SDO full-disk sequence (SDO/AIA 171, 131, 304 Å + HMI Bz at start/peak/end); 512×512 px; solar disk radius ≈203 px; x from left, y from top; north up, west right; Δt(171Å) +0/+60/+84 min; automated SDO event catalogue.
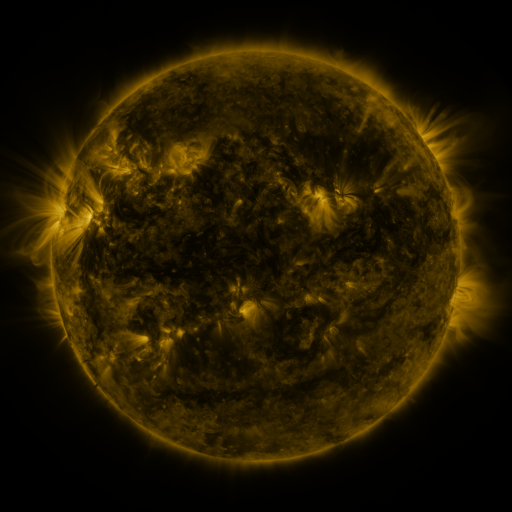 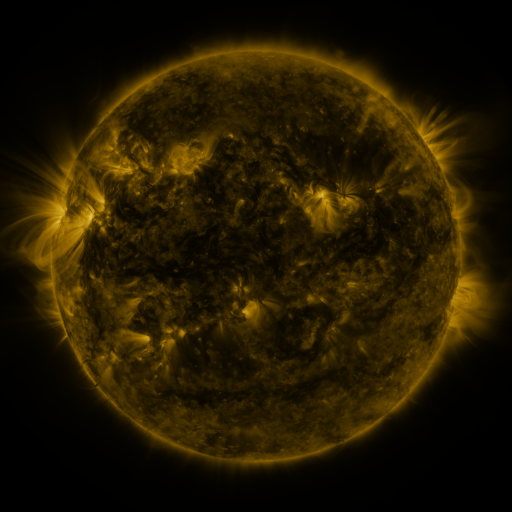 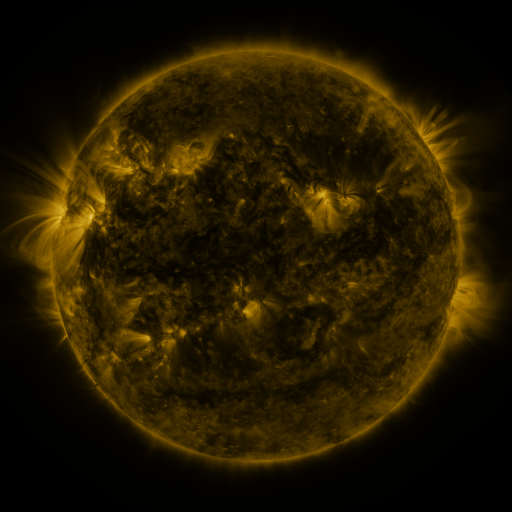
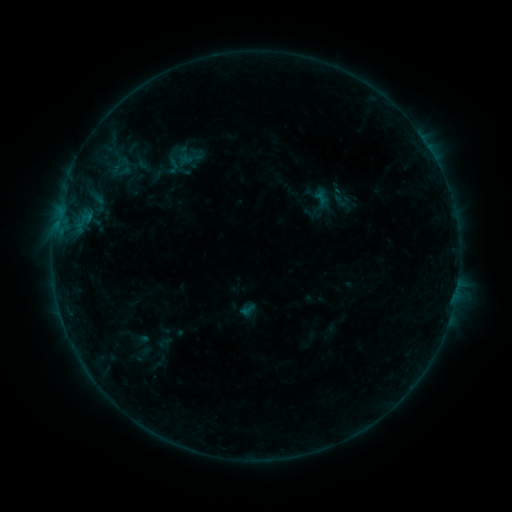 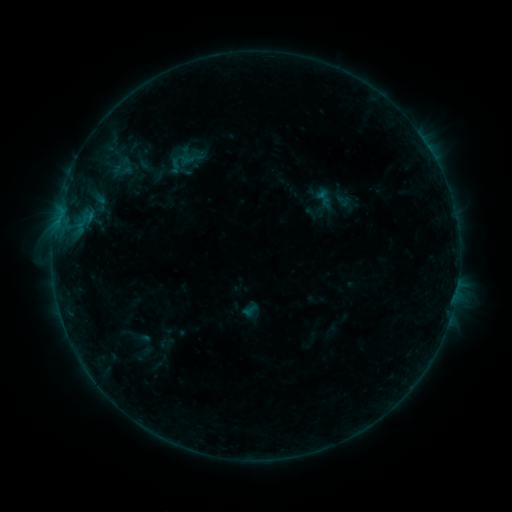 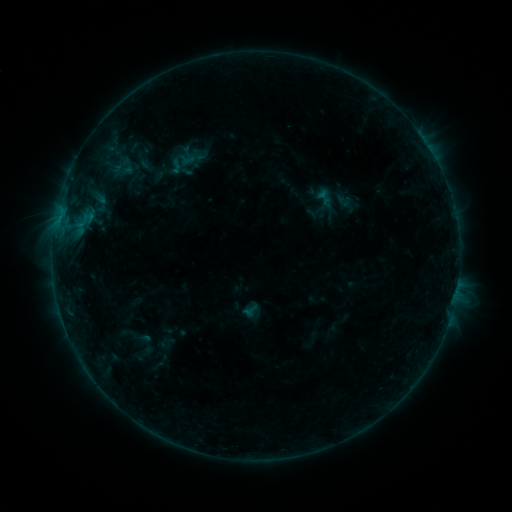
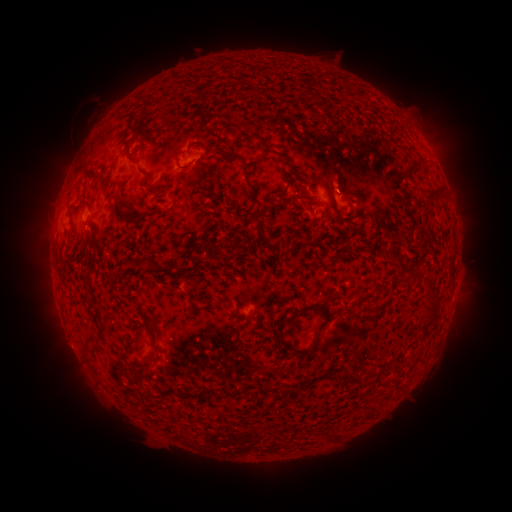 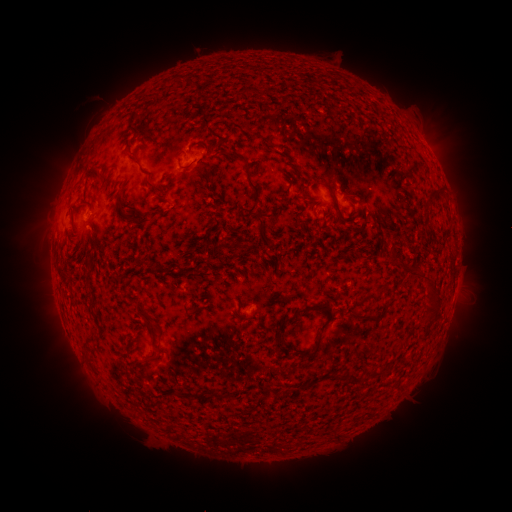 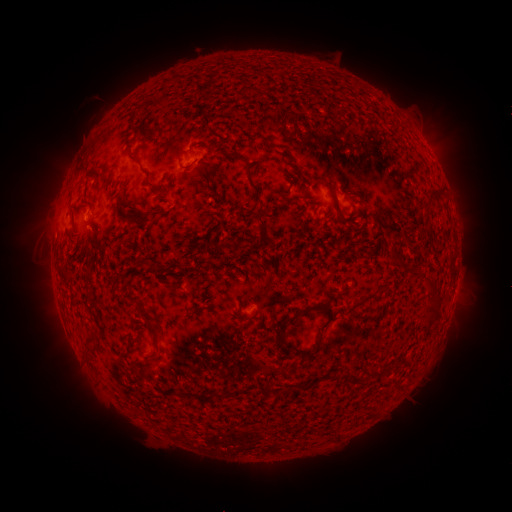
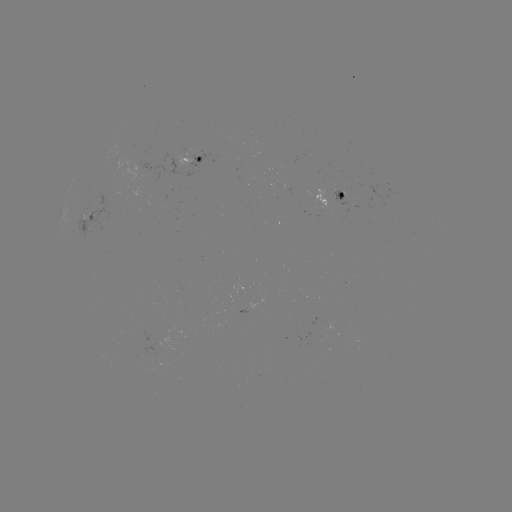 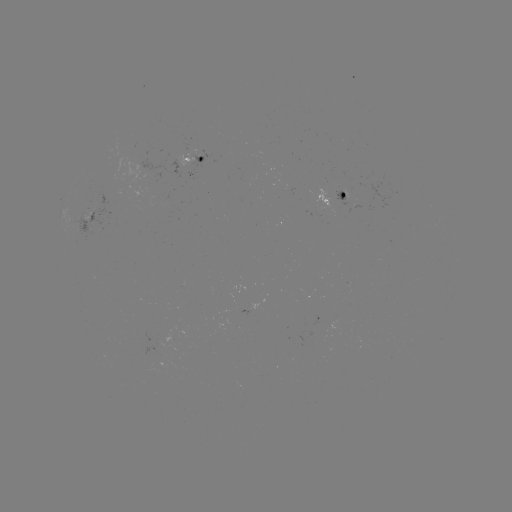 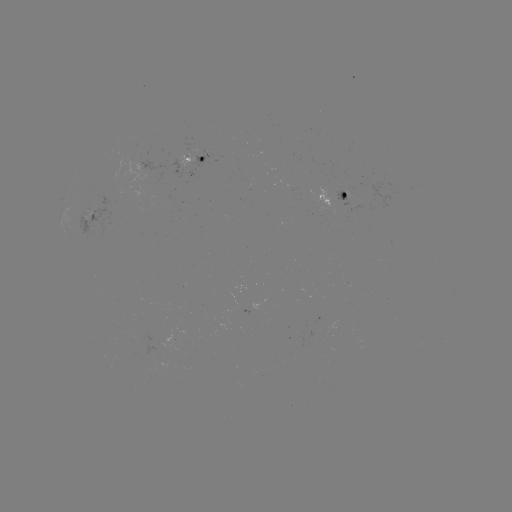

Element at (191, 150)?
emerging-flux region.